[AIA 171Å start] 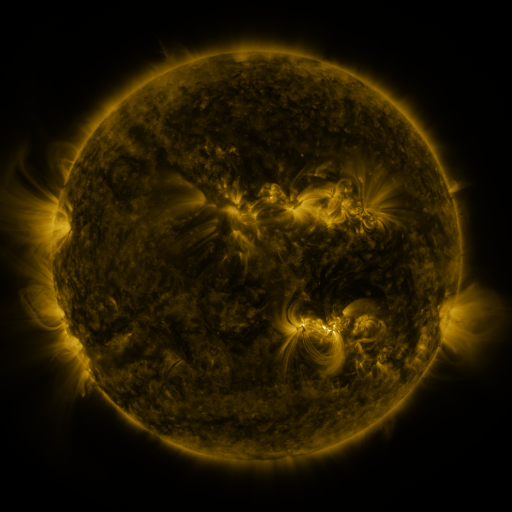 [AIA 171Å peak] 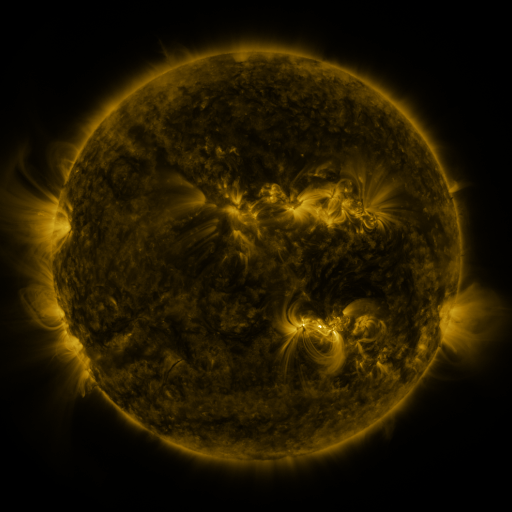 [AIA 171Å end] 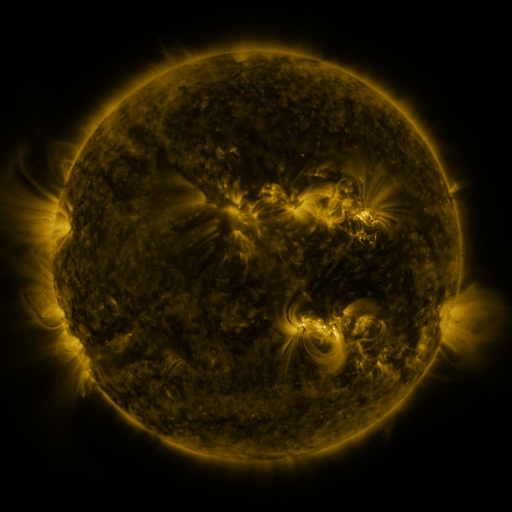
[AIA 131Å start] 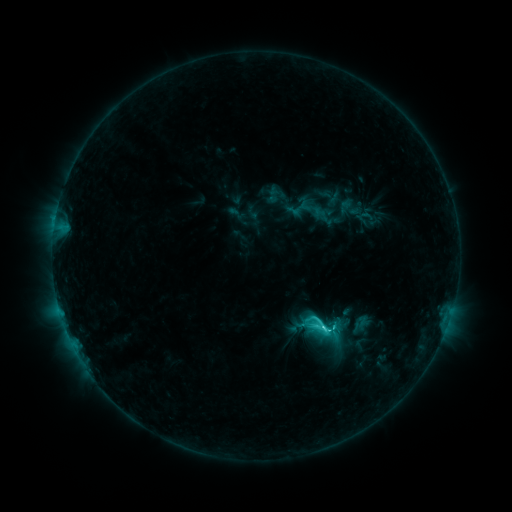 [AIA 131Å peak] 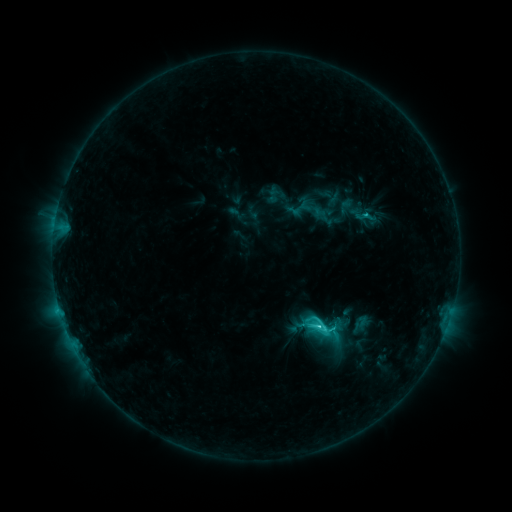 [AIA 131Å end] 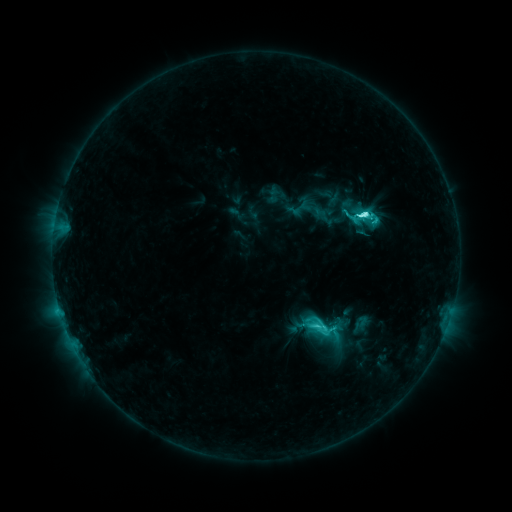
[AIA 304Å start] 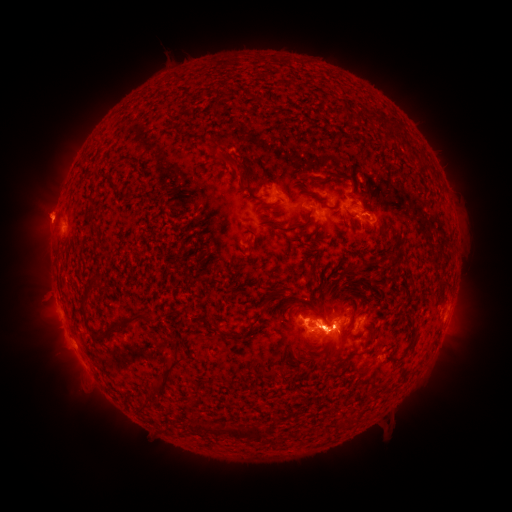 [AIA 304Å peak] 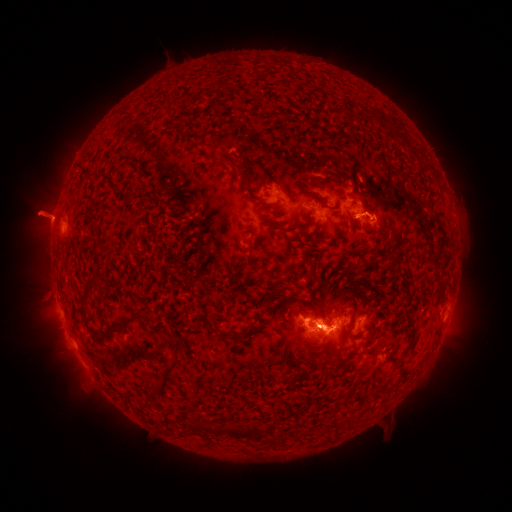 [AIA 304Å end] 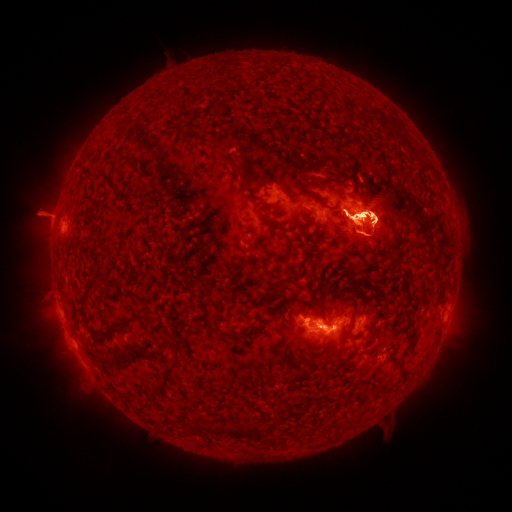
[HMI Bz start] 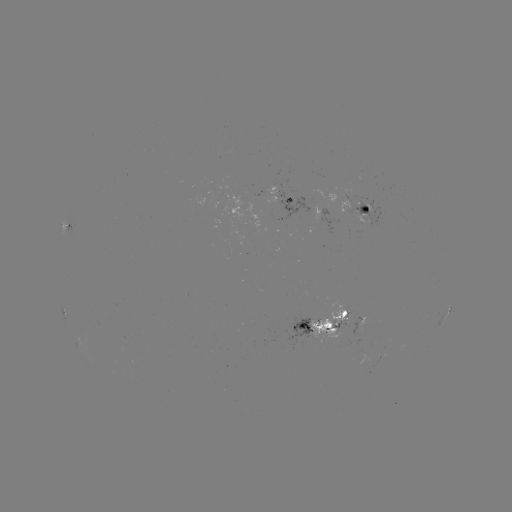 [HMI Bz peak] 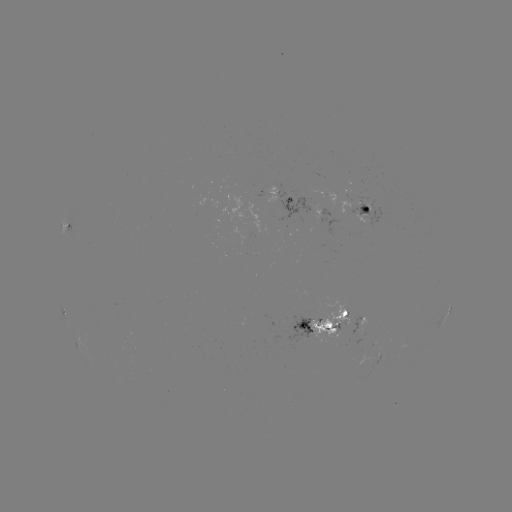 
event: eruption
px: (337, 331)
